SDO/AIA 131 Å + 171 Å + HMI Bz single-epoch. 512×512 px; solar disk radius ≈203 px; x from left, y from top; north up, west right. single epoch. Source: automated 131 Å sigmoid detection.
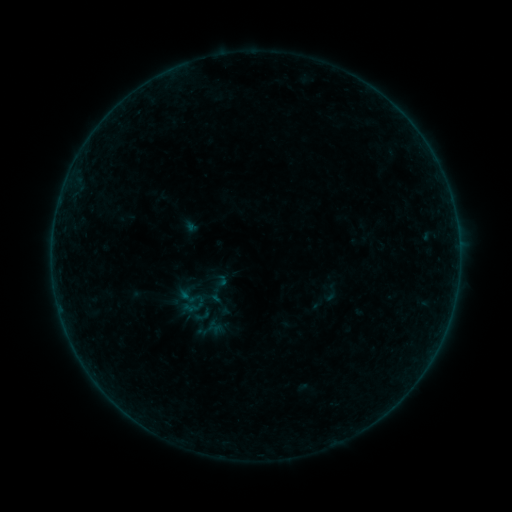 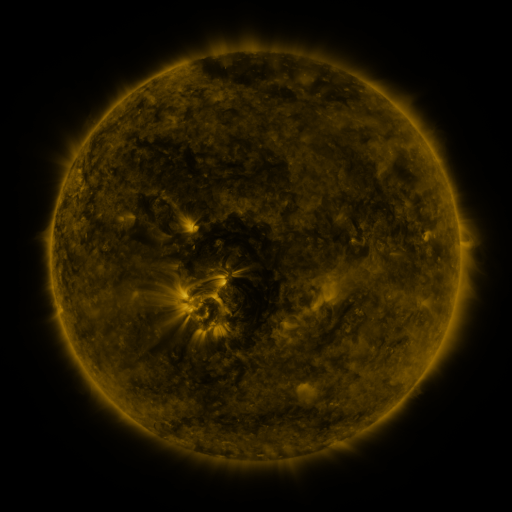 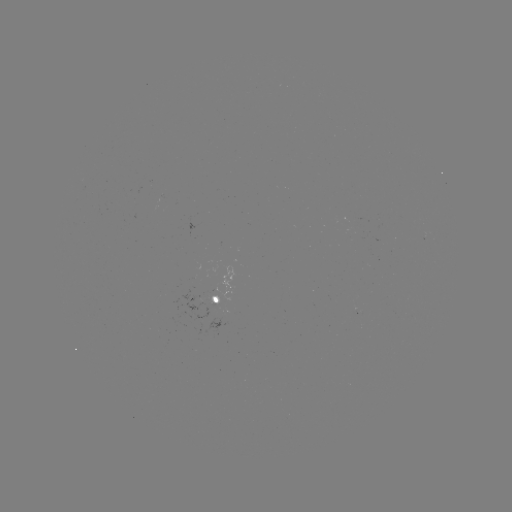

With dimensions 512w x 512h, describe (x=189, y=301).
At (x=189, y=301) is sigmoid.